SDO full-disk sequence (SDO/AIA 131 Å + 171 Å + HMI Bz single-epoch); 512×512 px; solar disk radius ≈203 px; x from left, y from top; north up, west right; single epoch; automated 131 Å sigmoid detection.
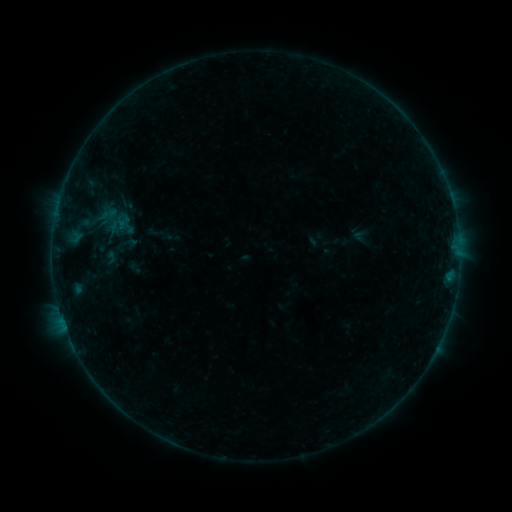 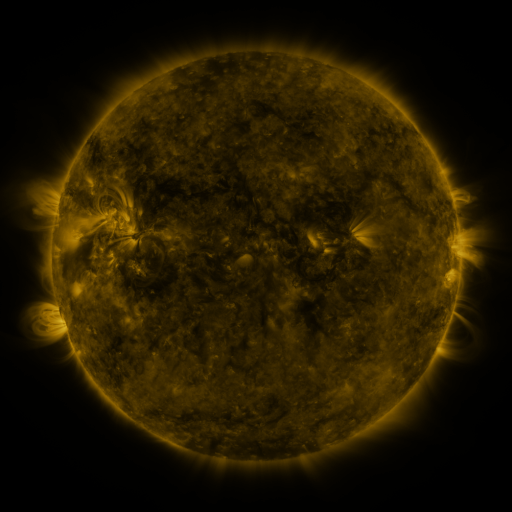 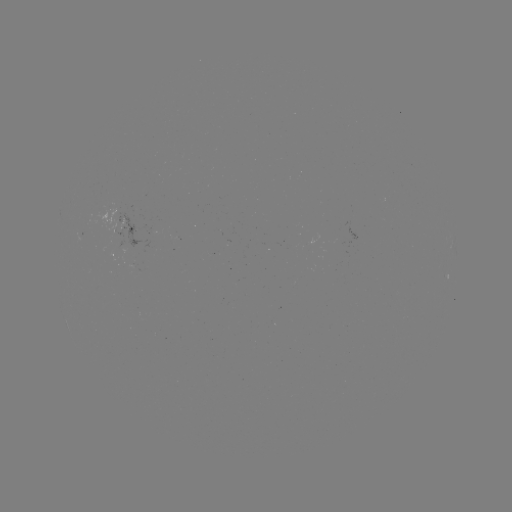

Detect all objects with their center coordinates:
sigmoid: [115, 229, 139, 258]
